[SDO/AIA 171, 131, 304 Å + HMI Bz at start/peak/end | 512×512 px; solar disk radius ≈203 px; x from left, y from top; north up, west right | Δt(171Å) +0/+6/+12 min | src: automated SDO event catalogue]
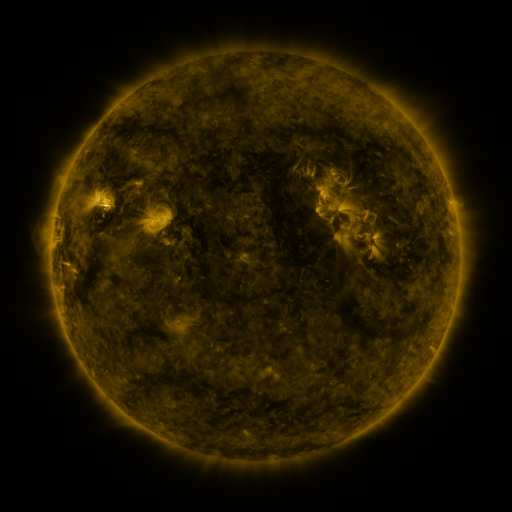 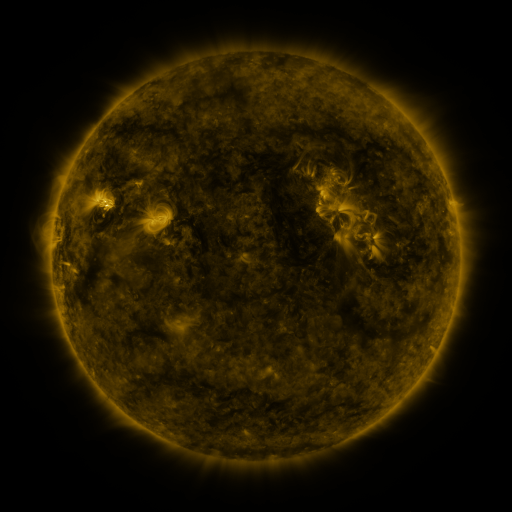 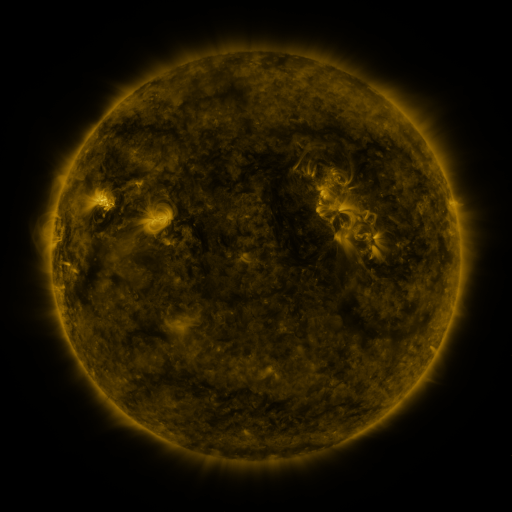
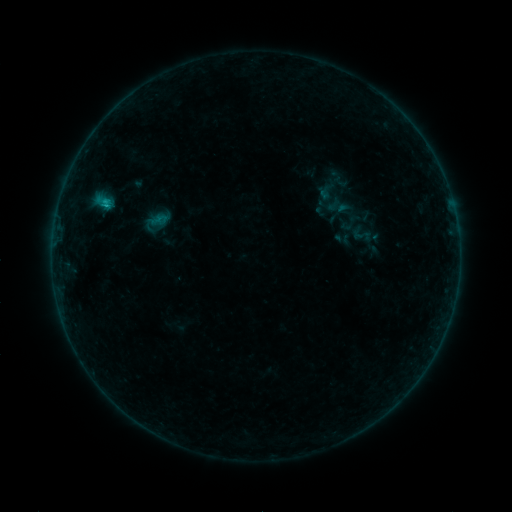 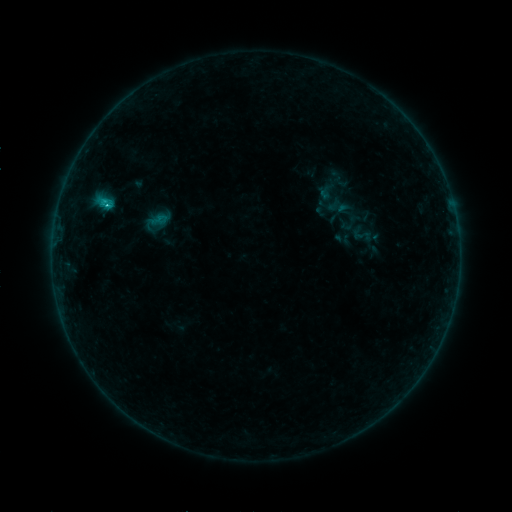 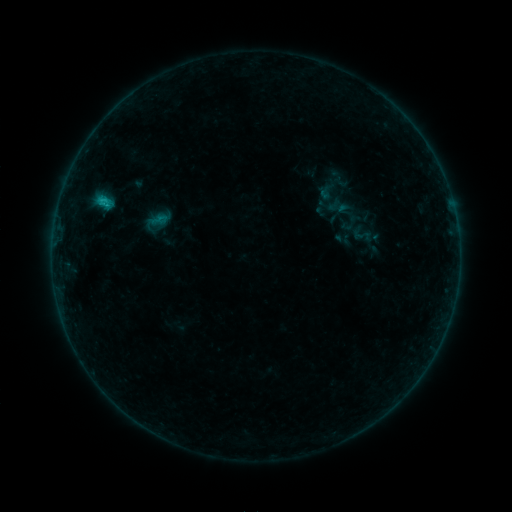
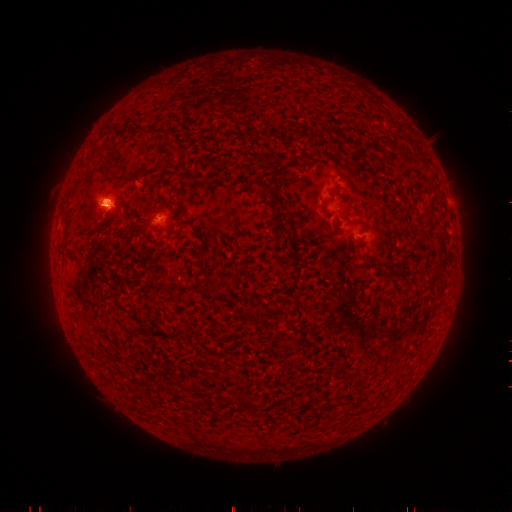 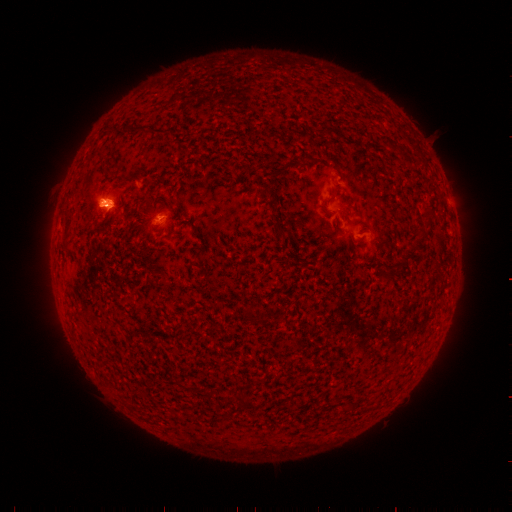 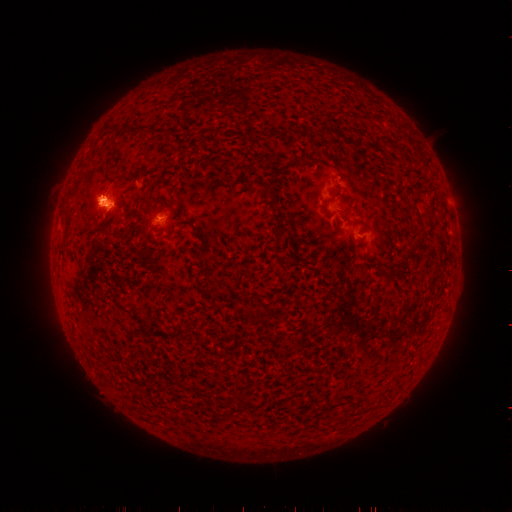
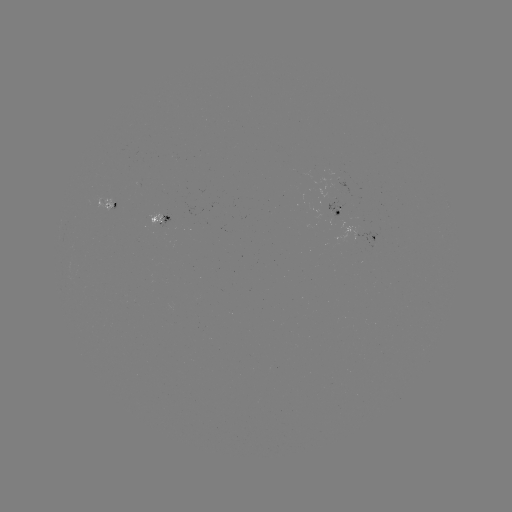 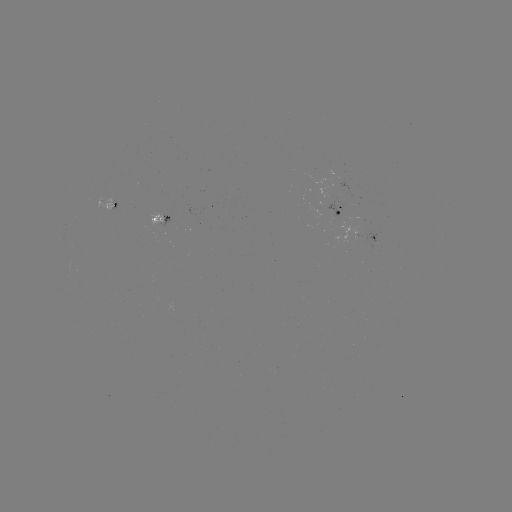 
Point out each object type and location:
B7.1 flare: (104, 208)
